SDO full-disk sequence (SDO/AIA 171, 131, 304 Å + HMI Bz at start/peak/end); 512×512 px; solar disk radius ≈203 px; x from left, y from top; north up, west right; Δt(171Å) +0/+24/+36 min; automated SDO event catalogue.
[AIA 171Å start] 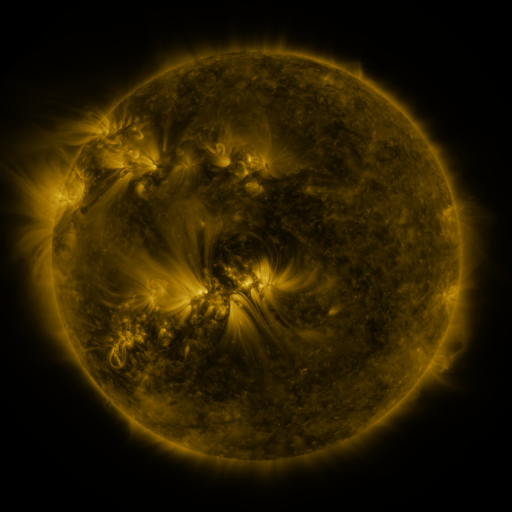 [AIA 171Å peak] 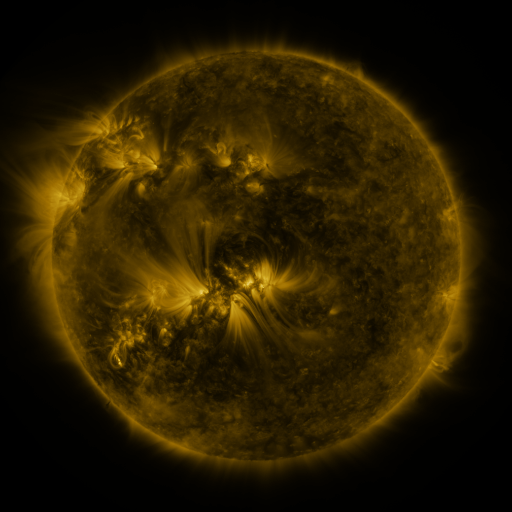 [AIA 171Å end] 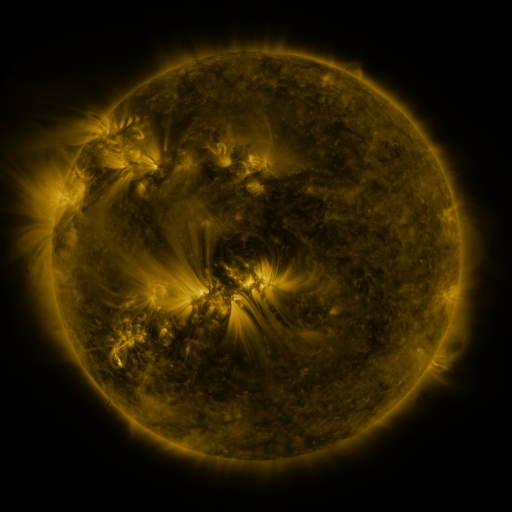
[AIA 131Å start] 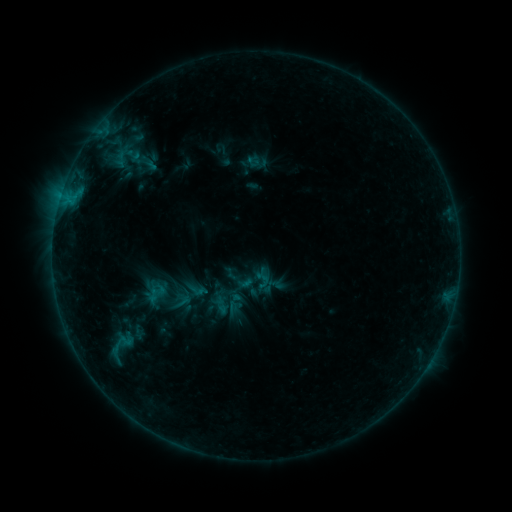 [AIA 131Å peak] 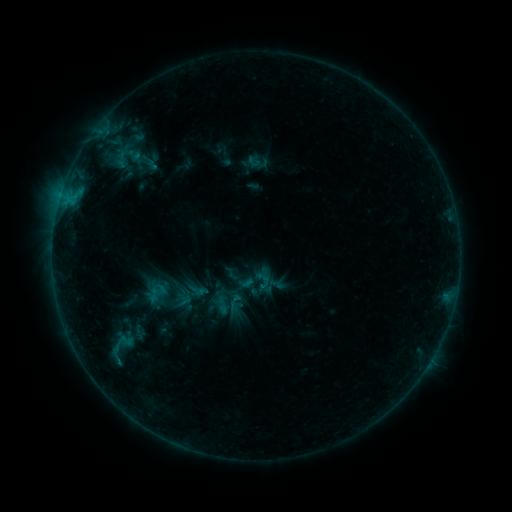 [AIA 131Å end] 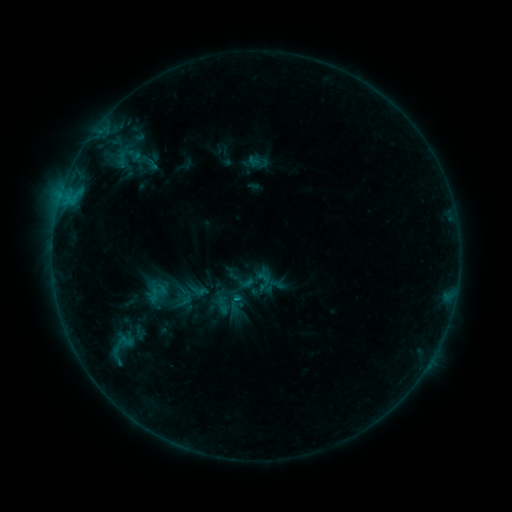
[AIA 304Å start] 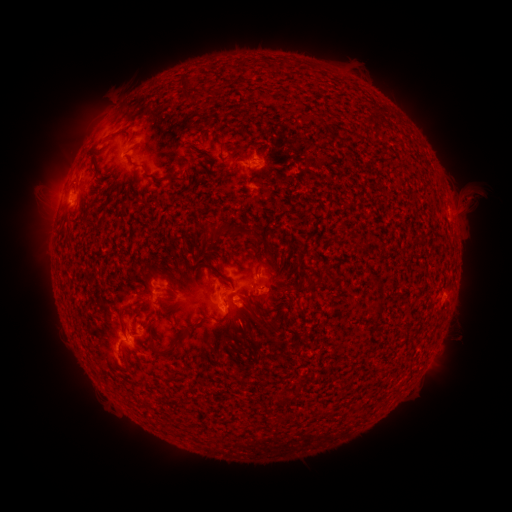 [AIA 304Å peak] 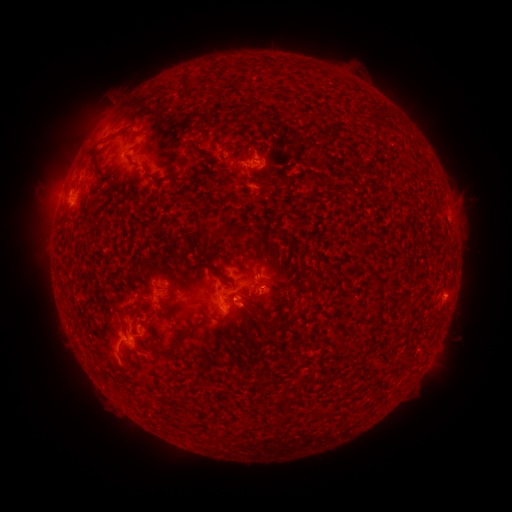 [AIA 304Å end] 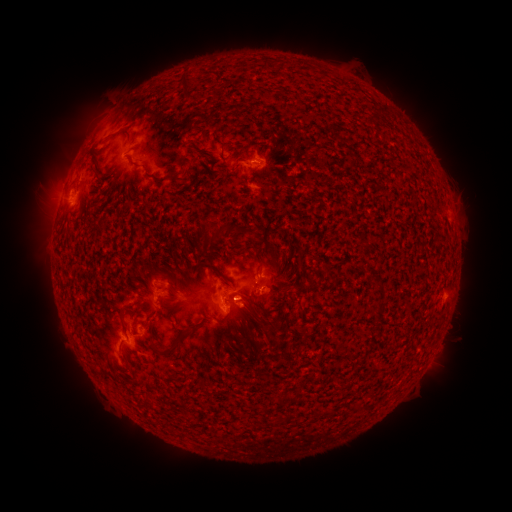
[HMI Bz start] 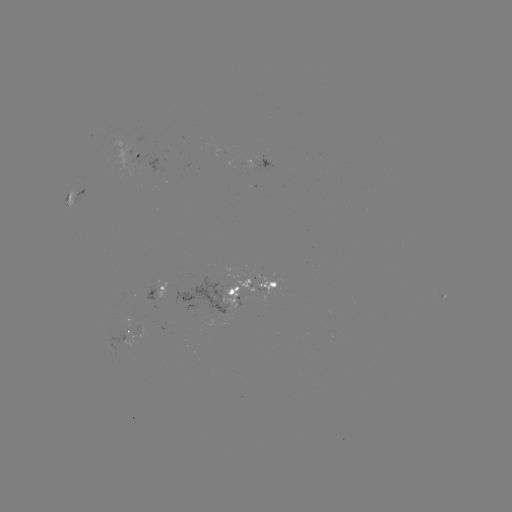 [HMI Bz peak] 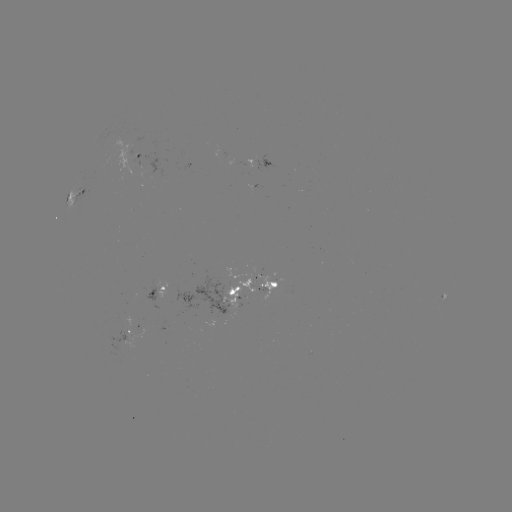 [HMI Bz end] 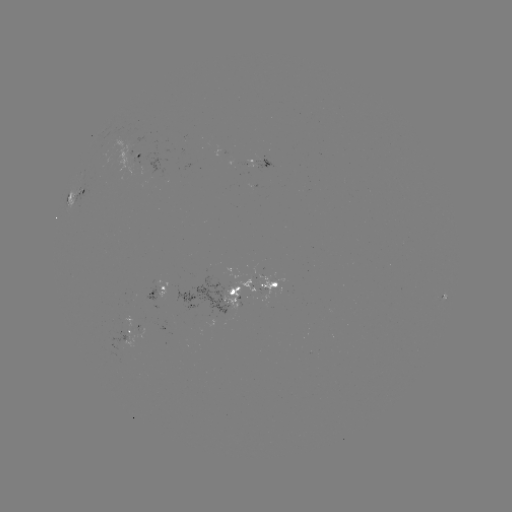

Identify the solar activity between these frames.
emerging-flux region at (159, 293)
